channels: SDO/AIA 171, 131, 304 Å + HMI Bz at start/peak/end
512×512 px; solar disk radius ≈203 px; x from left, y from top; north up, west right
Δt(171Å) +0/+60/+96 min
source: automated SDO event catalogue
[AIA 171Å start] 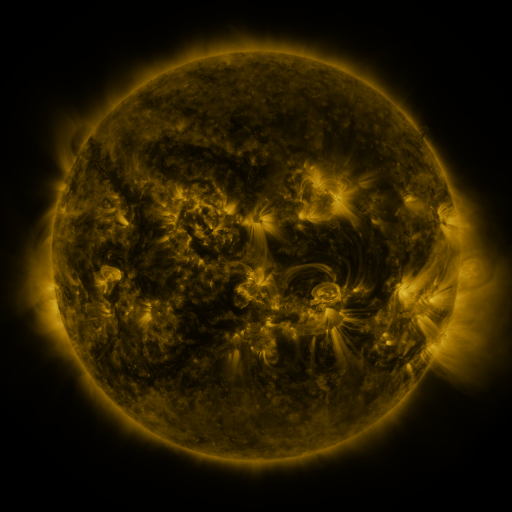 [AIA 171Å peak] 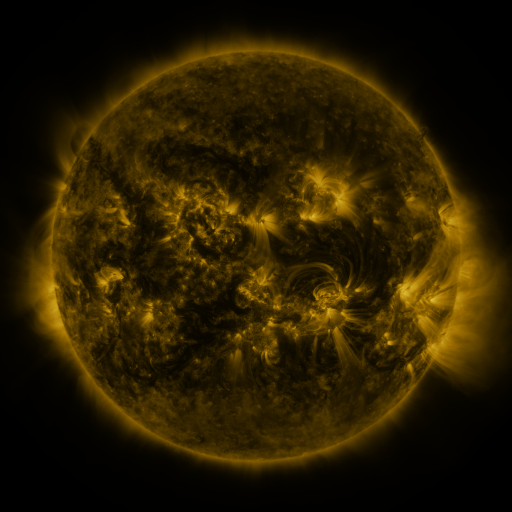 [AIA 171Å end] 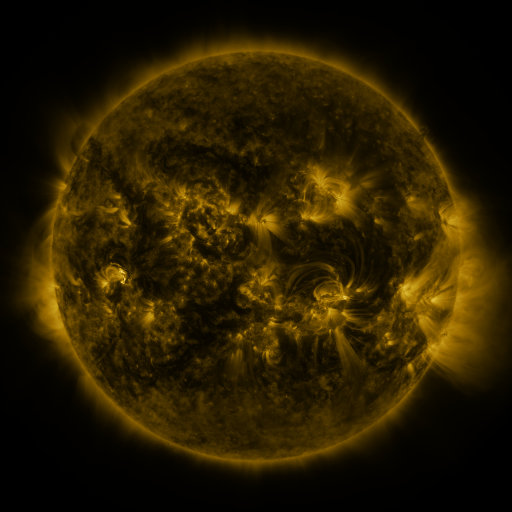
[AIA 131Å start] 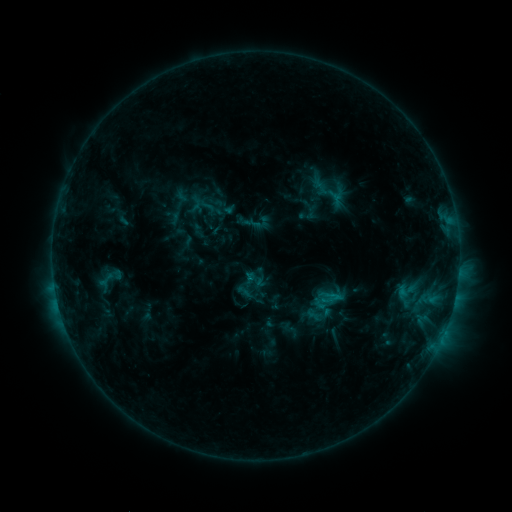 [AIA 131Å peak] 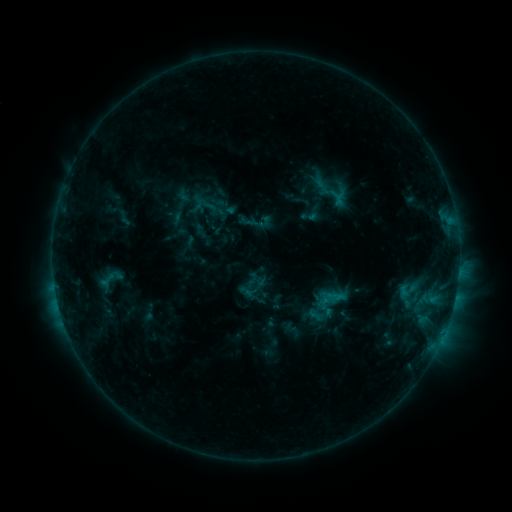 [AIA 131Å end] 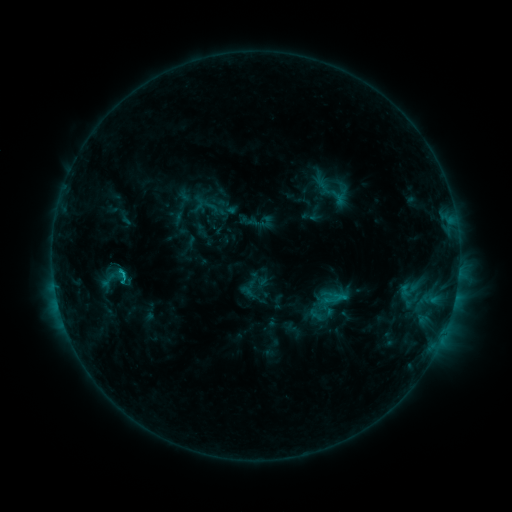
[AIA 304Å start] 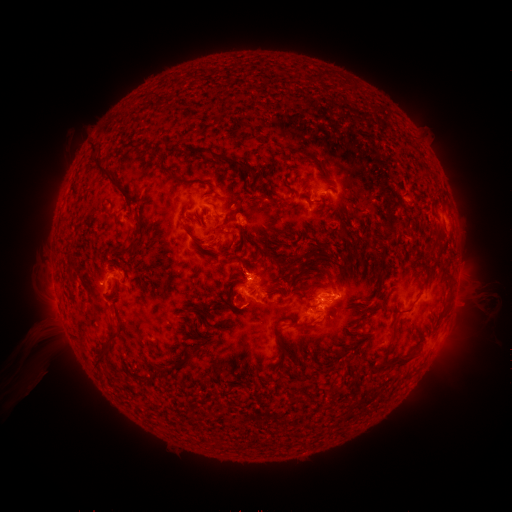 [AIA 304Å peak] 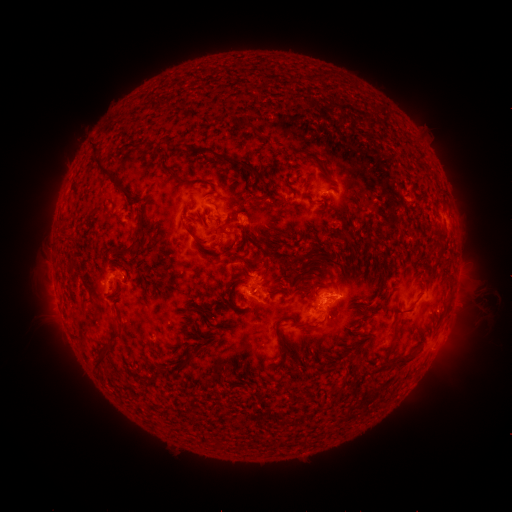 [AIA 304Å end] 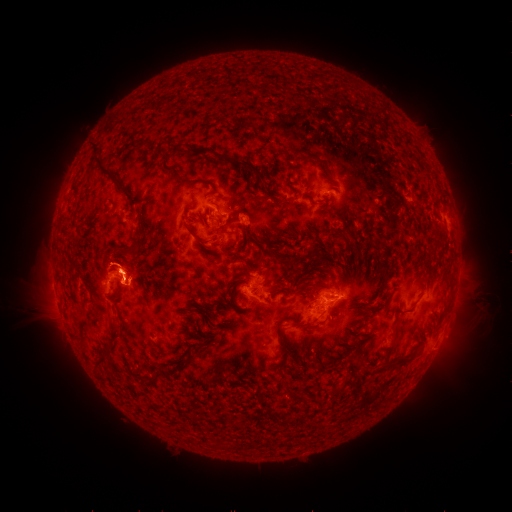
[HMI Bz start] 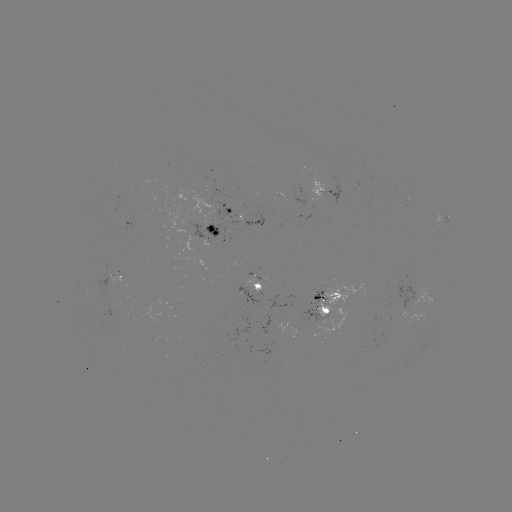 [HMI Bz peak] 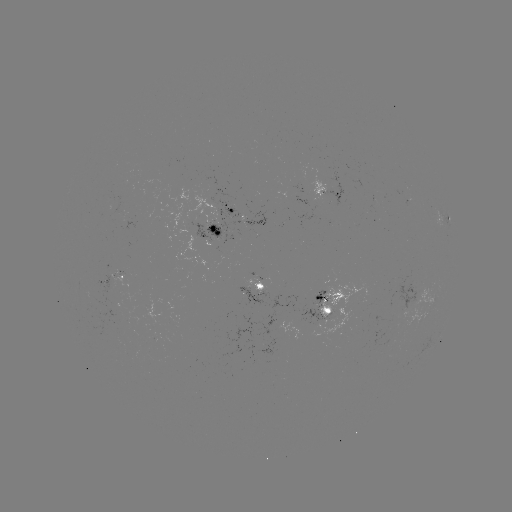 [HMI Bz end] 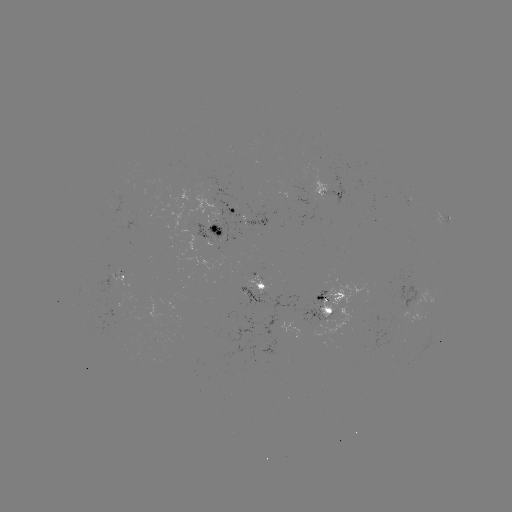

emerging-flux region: [191, 200, 242, 245]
